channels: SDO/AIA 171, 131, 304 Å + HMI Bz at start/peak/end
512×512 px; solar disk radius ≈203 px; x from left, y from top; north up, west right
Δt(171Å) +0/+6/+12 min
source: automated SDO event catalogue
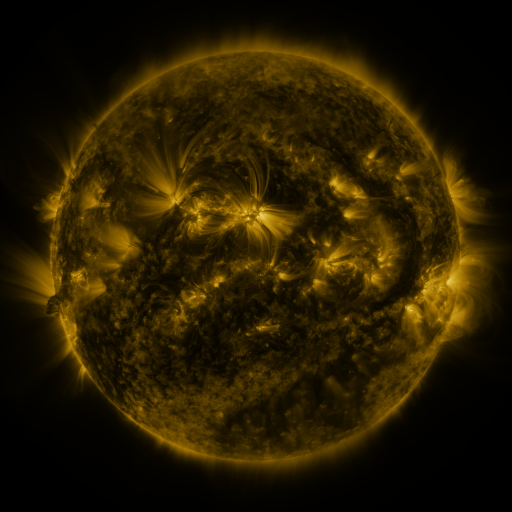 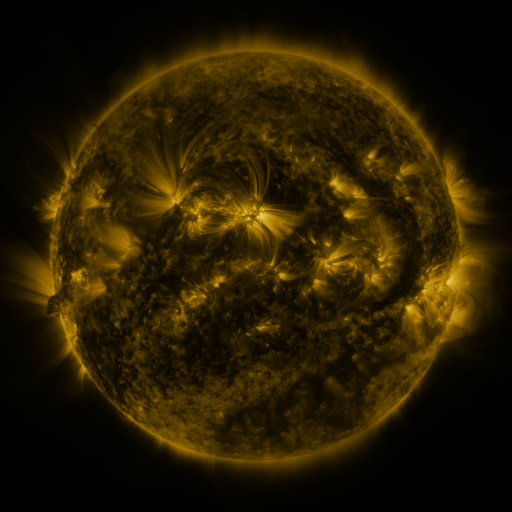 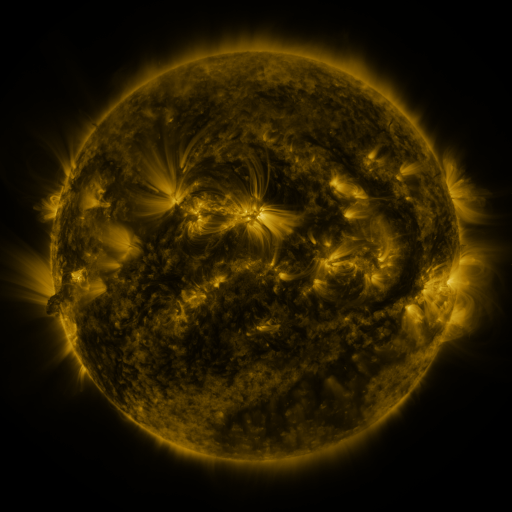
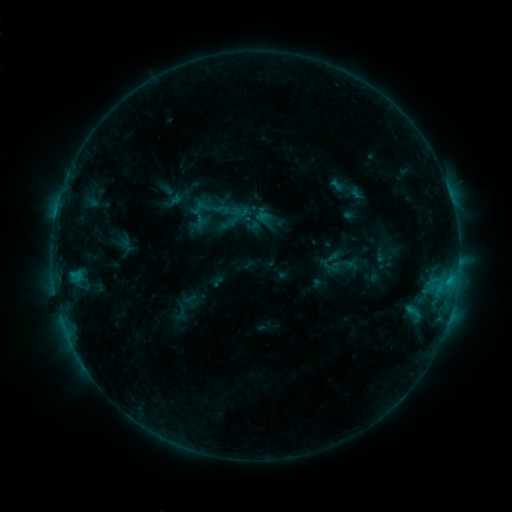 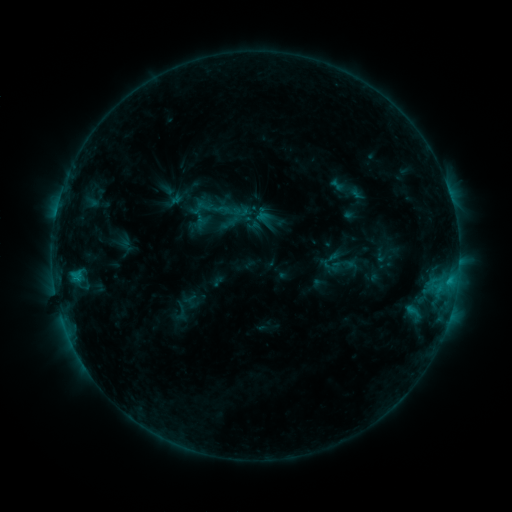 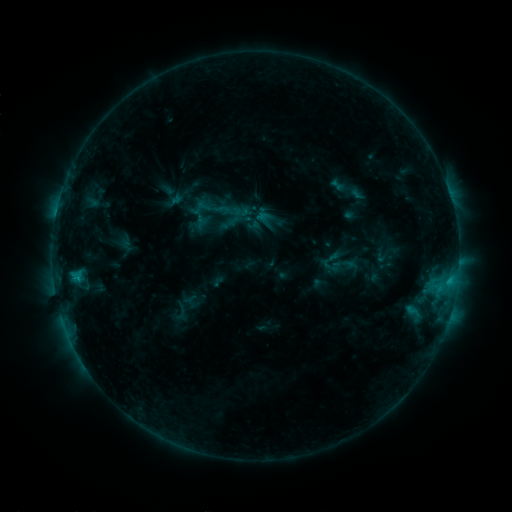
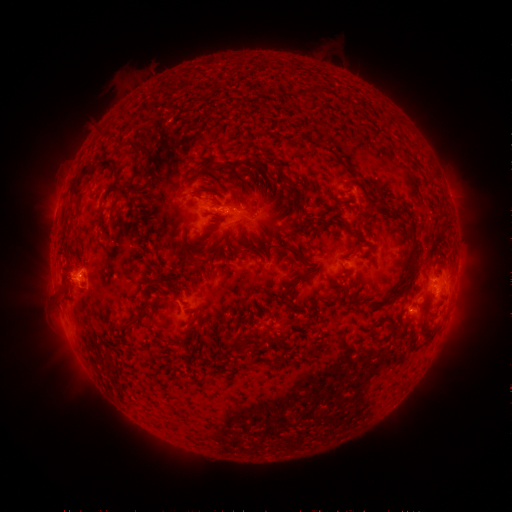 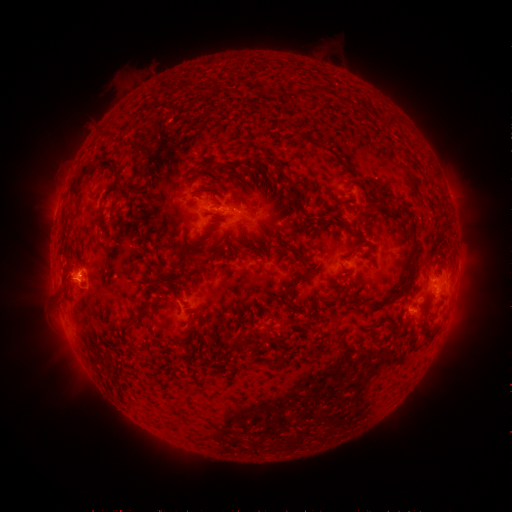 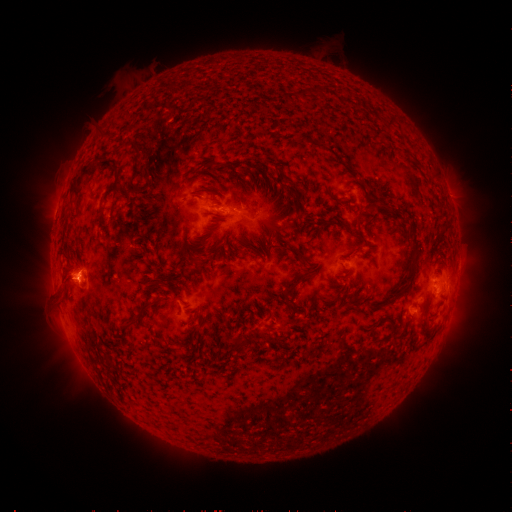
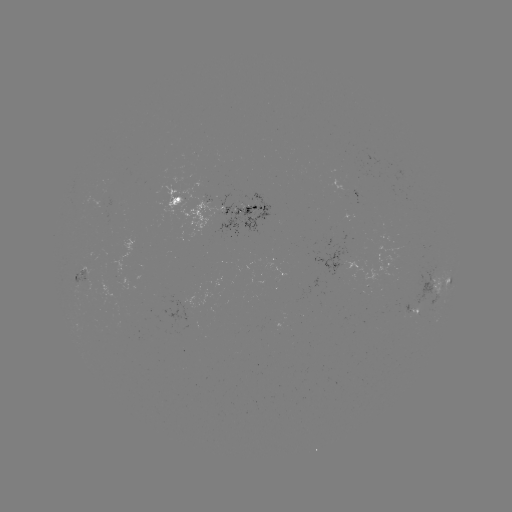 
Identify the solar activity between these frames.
no flare in any classed list; no EUV-trigger detection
